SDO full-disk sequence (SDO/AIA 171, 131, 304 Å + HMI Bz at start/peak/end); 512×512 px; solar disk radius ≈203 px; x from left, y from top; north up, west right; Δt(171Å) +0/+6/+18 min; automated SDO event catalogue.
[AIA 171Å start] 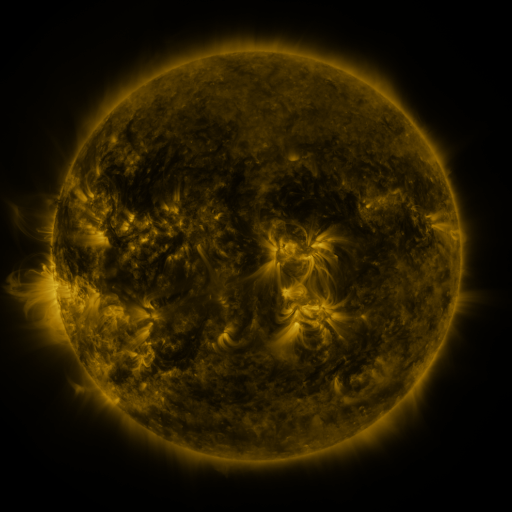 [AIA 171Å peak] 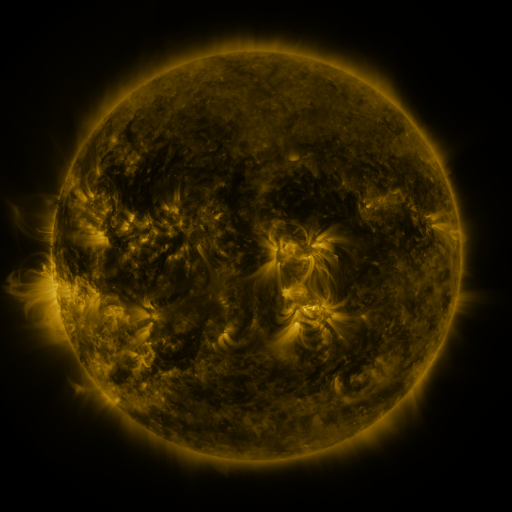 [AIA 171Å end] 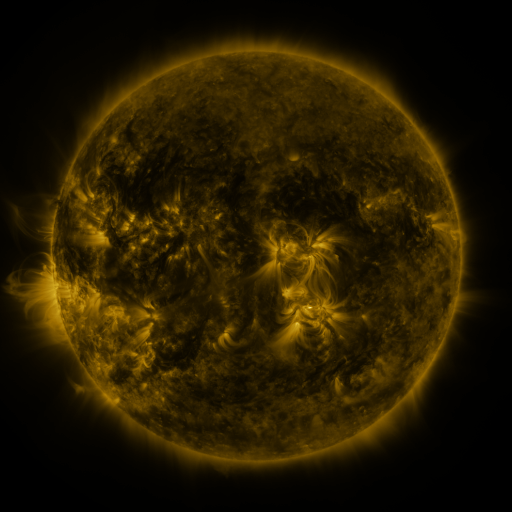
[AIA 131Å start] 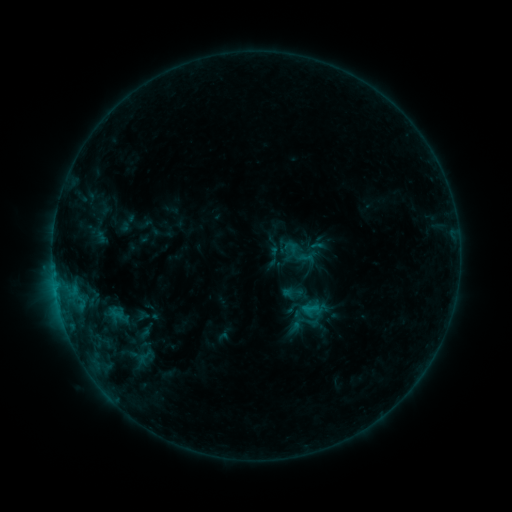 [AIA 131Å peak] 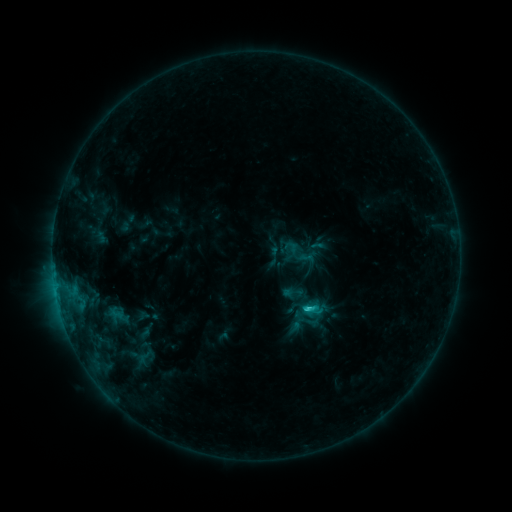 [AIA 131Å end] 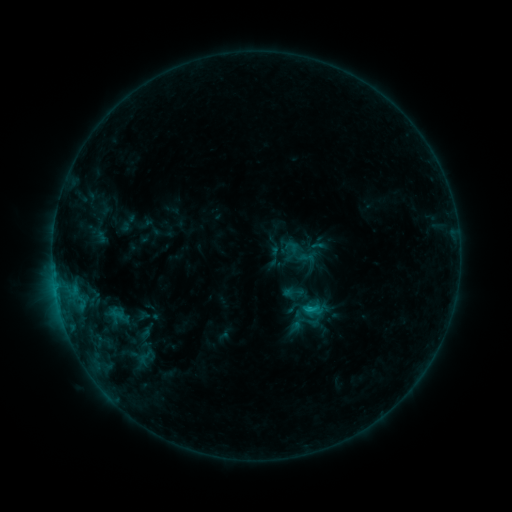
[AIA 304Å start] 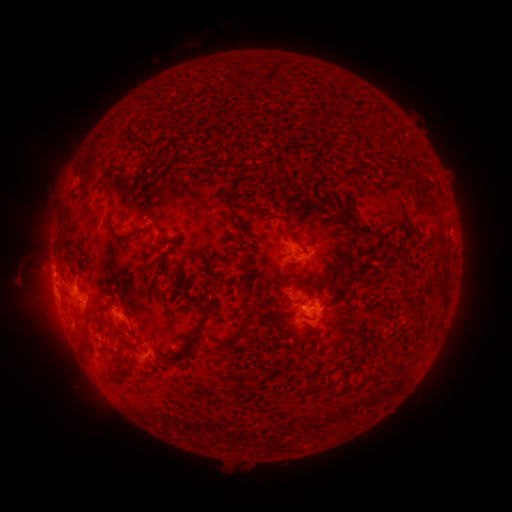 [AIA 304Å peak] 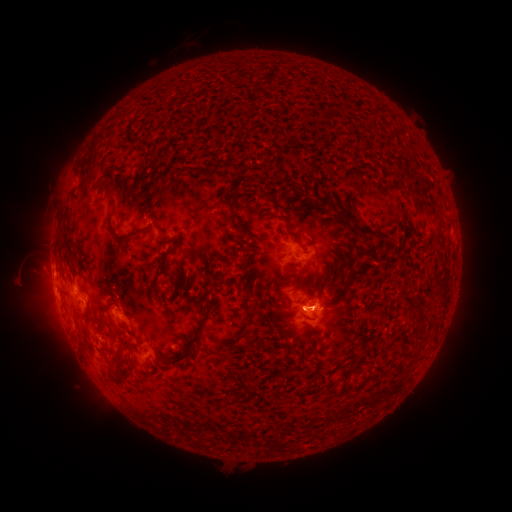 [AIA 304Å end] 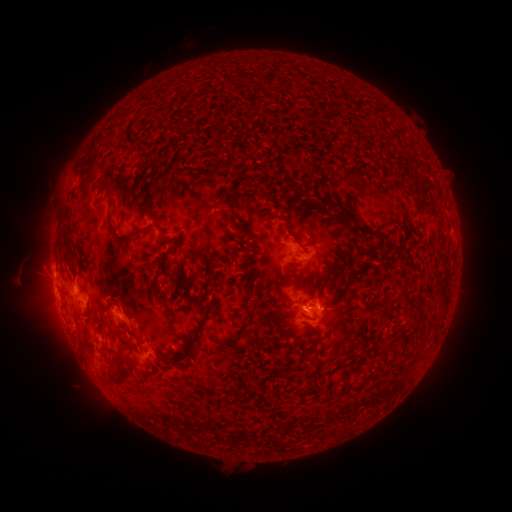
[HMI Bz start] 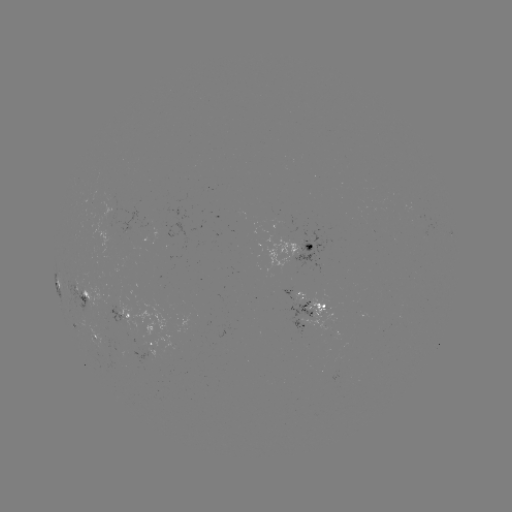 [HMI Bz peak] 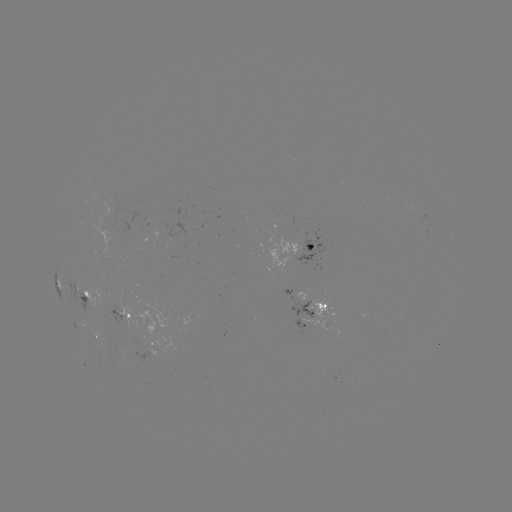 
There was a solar flare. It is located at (308, 306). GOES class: C1.8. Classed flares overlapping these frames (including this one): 1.